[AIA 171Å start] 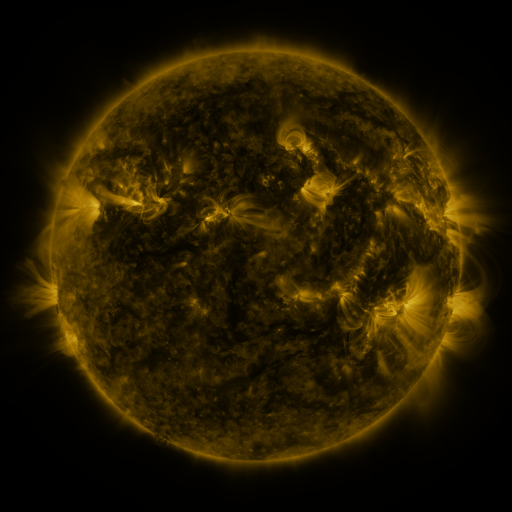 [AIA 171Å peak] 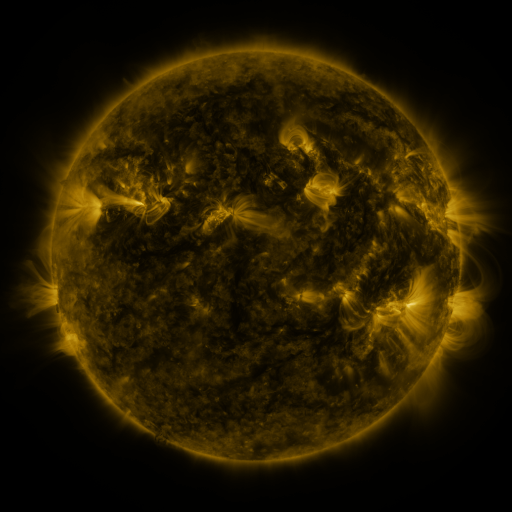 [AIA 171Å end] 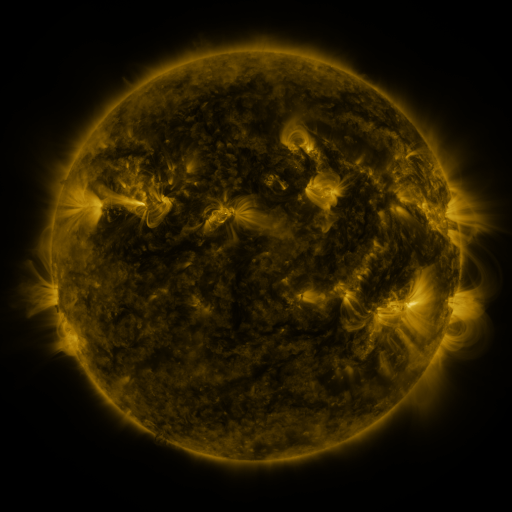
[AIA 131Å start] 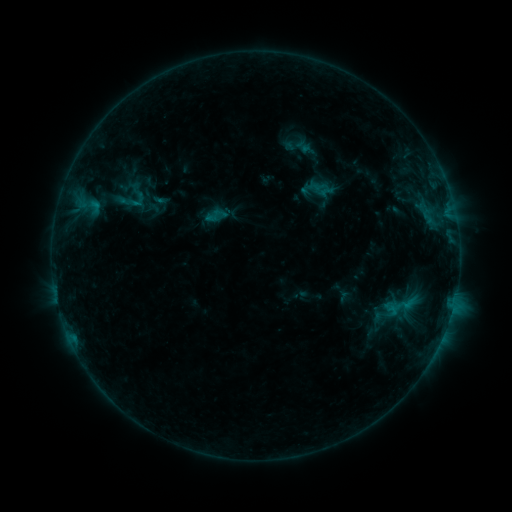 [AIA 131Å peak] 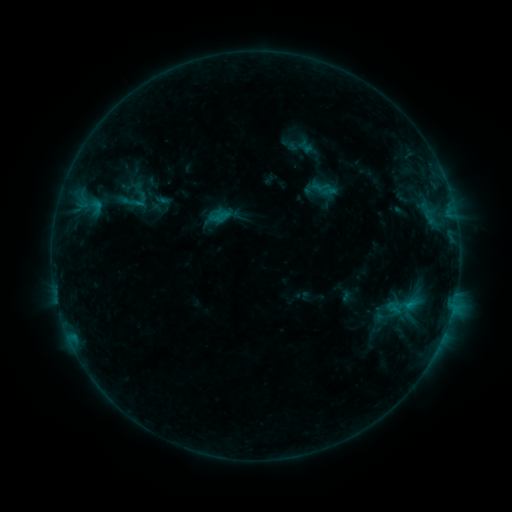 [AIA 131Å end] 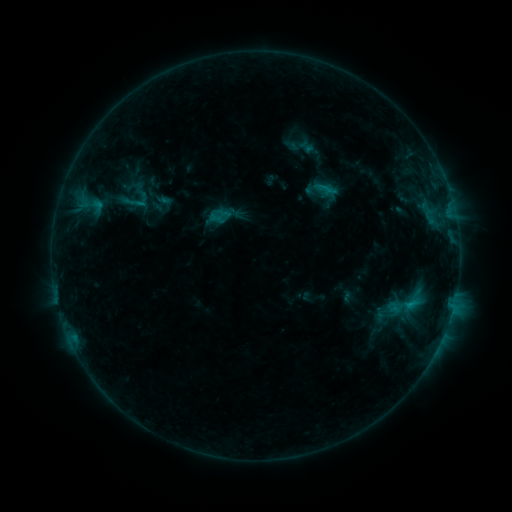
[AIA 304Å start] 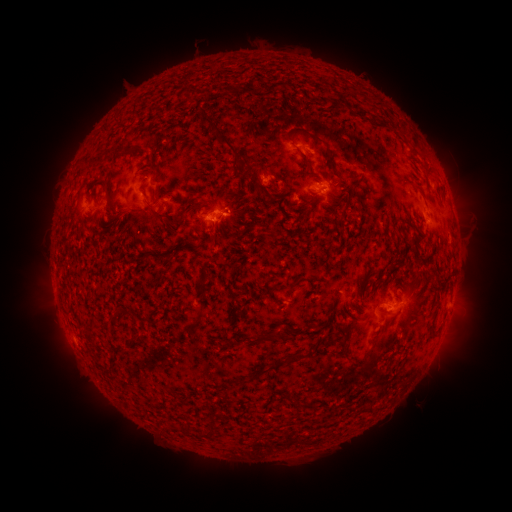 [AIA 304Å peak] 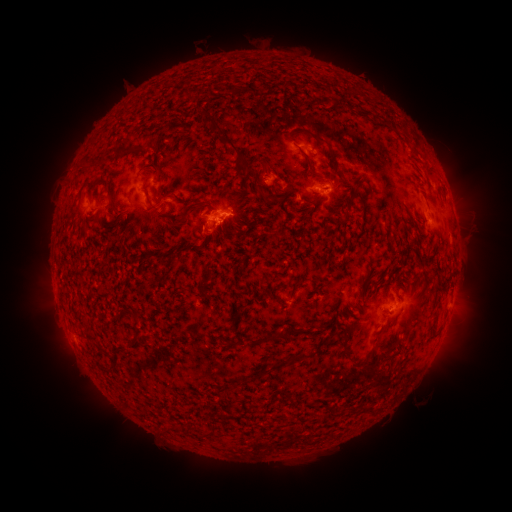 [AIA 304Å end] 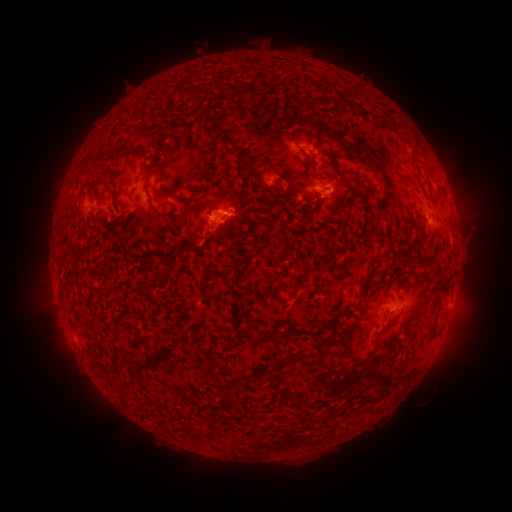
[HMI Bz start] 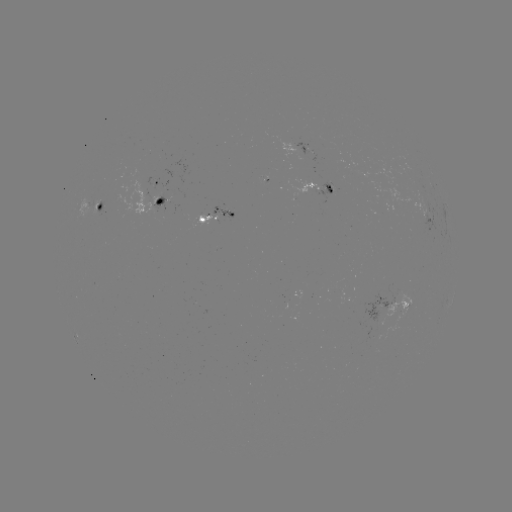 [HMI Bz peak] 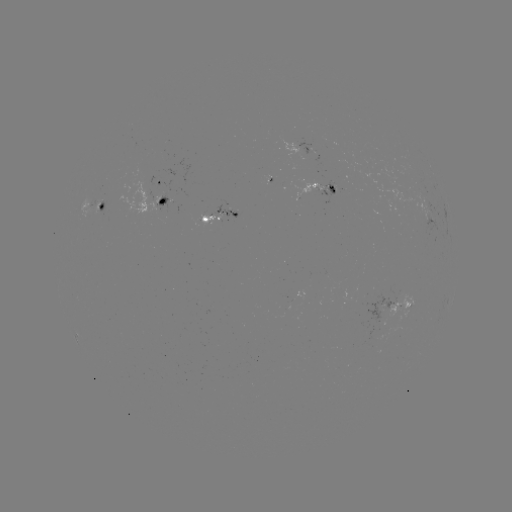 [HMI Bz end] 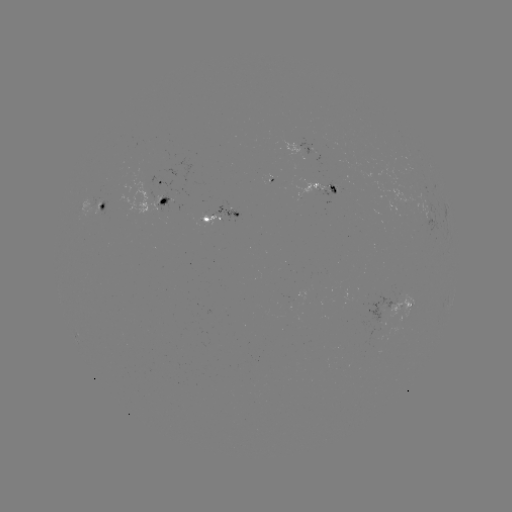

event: emerging-flux region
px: (205, 215)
